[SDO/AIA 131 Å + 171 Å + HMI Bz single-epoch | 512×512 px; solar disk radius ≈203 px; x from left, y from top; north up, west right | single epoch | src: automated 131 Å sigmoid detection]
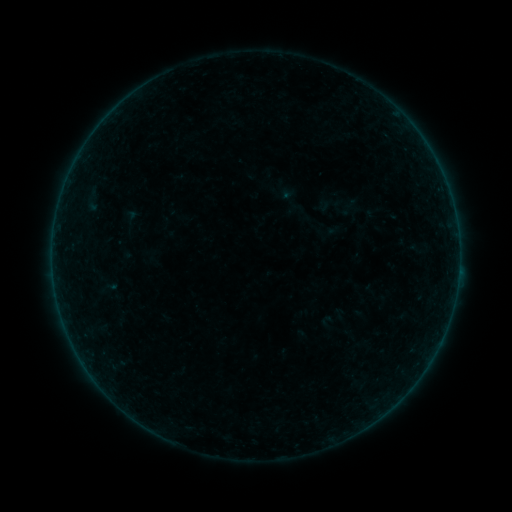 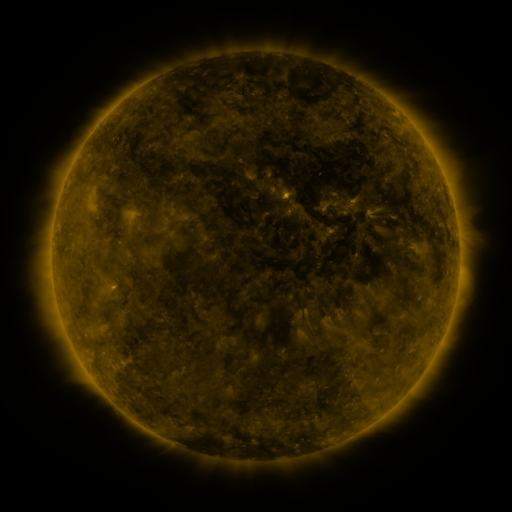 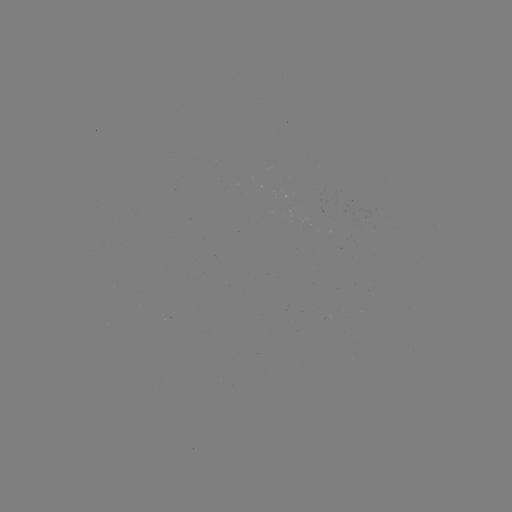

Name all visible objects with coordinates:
sigmoid: (331, 204)
